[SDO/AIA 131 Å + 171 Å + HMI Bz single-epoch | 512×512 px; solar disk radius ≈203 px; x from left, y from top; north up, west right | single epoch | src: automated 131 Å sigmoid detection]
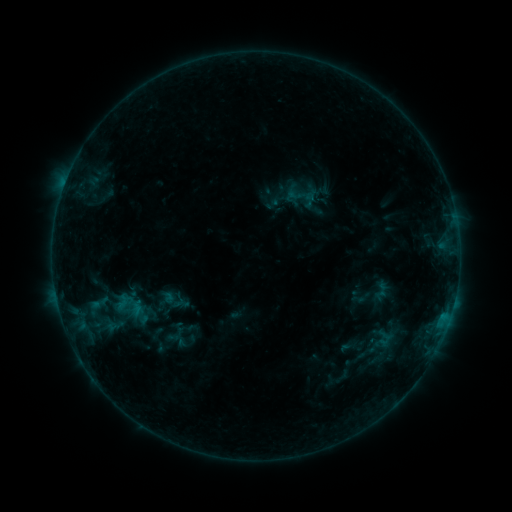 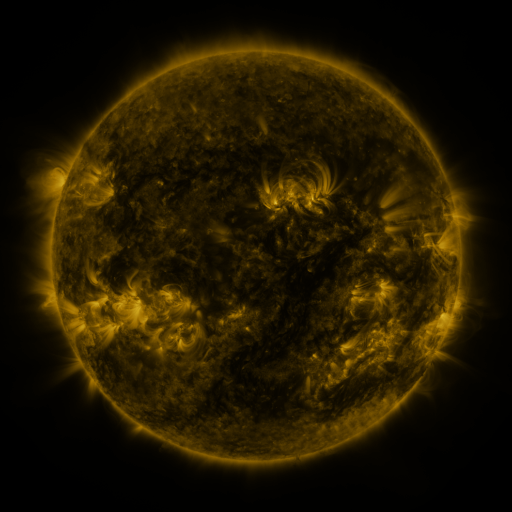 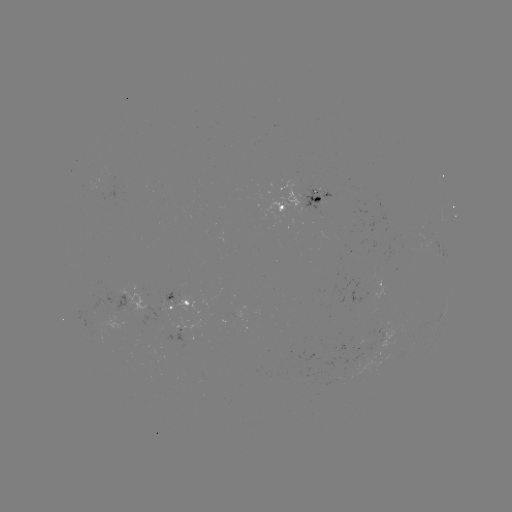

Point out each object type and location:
sigmoid: (302, 196)
sigmoid: (173, 301)
